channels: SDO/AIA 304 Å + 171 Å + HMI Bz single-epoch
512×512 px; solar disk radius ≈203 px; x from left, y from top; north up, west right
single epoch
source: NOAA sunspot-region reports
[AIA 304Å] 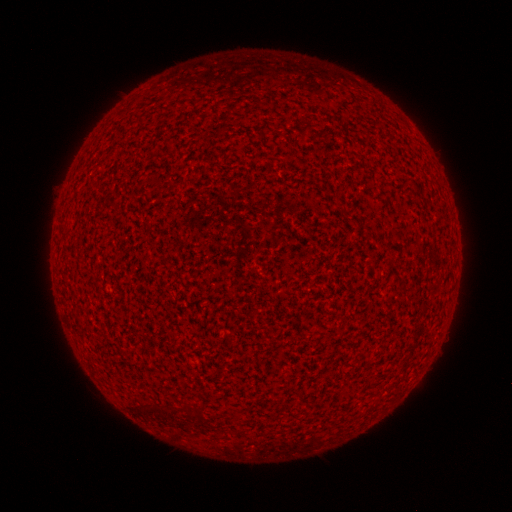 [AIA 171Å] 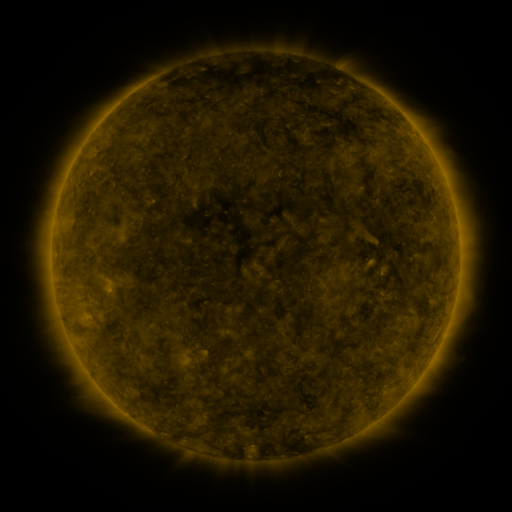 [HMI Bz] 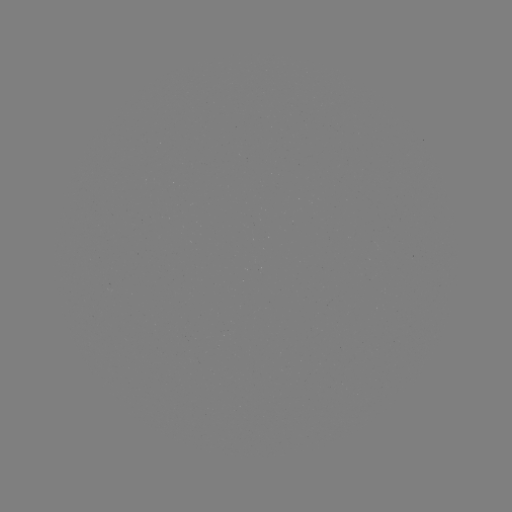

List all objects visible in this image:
(none)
